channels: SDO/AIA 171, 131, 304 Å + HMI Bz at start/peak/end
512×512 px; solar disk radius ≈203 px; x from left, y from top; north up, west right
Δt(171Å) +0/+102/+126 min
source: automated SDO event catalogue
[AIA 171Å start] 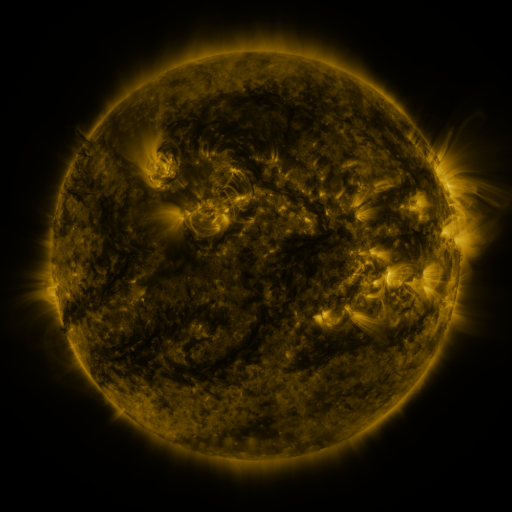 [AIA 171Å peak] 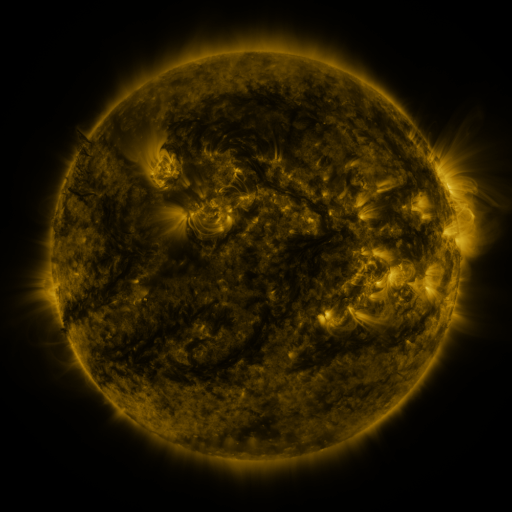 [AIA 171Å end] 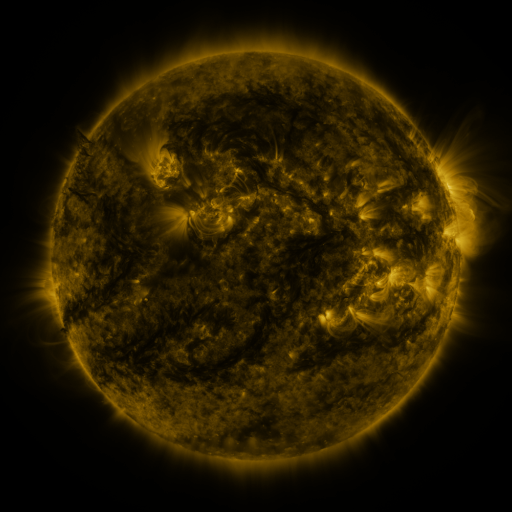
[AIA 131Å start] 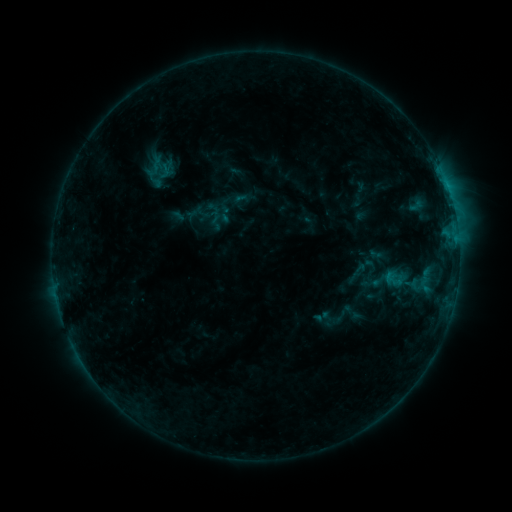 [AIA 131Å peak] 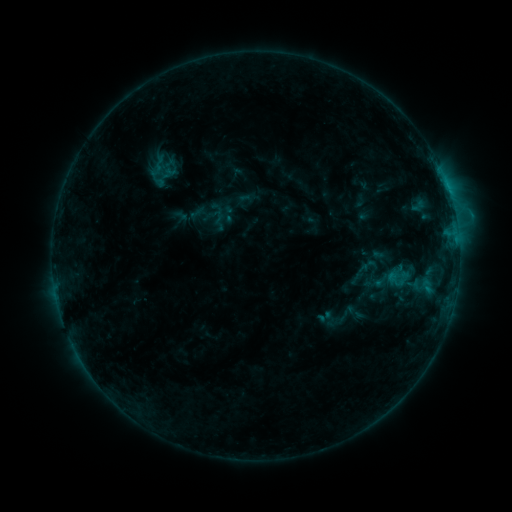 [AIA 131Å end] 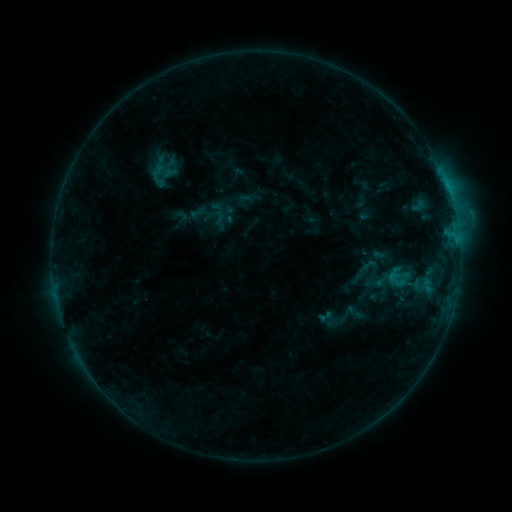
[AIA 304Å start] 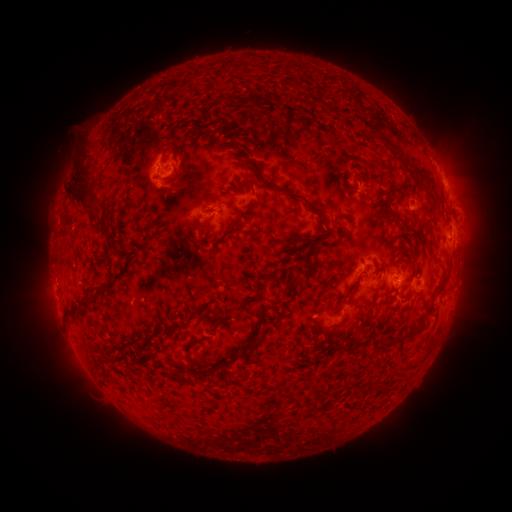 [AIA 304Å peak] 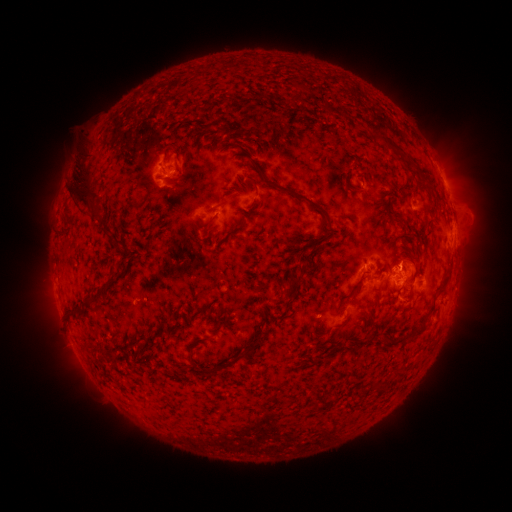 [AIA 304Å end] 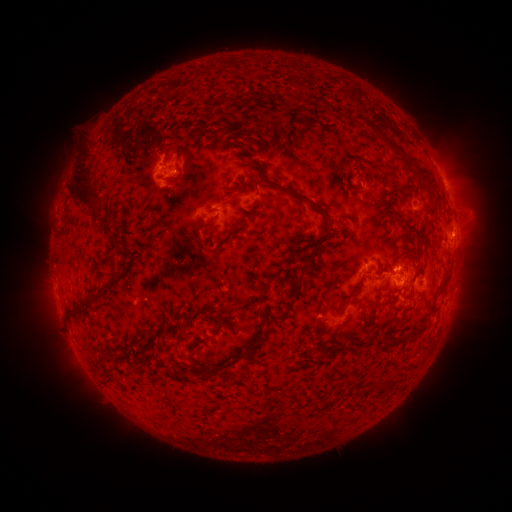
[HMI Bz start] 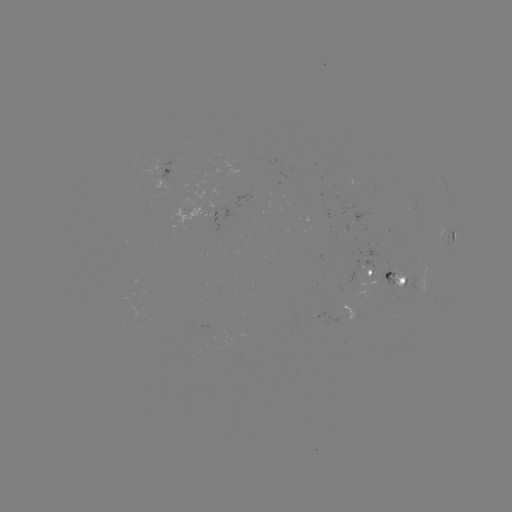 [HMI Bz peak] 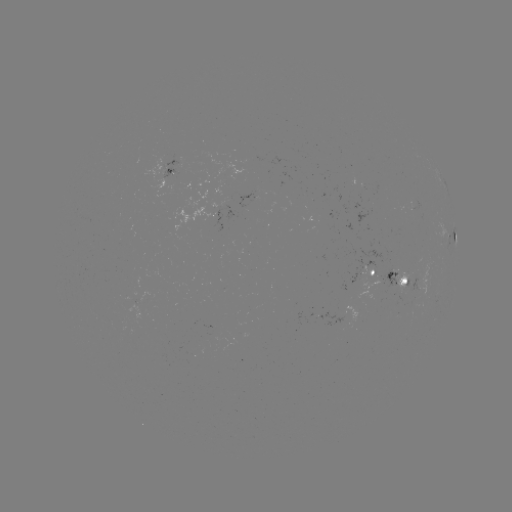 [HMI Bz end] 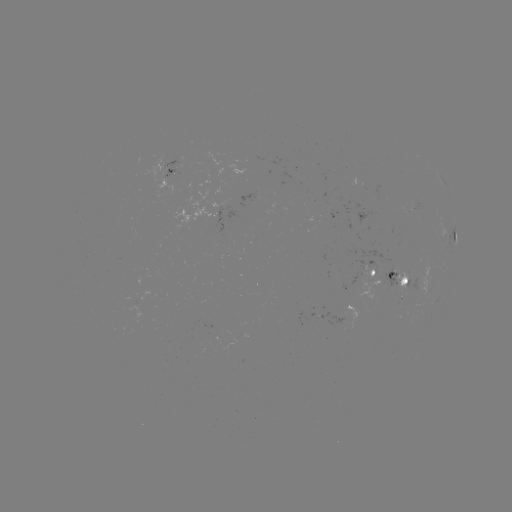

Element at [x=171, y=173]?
emerging-flux region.